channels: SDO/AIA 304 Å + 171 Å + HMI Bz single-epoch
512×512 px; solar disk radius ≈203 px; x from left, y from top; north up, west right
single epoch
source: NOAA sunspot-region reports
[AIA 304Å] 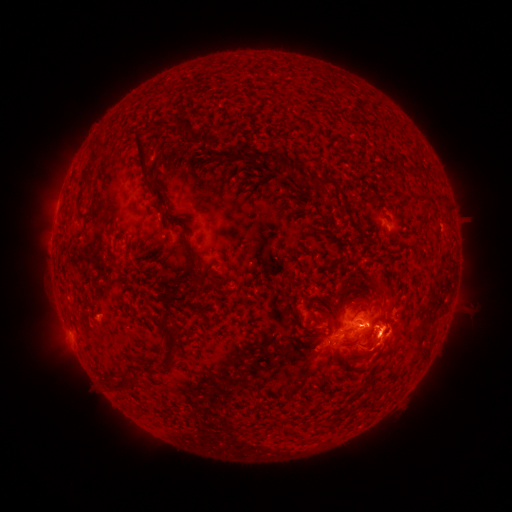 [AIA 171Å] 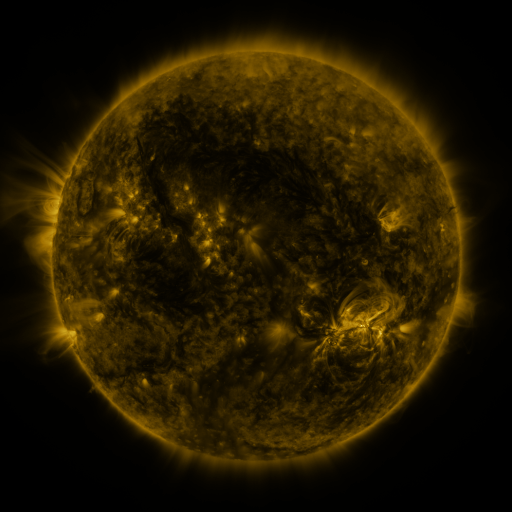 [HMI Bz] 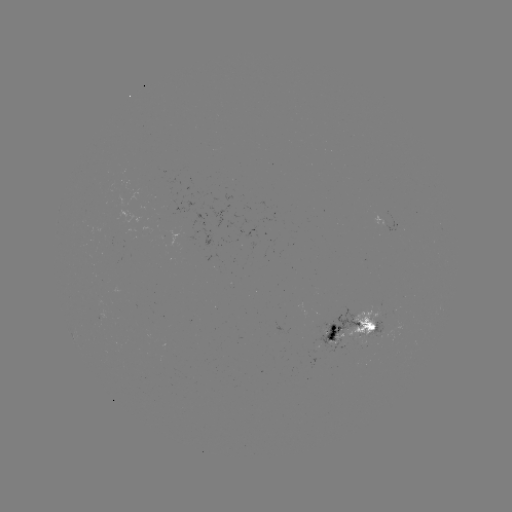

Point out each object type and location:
spotted active region: (398, 223)
spotted active region: (357, 329)
